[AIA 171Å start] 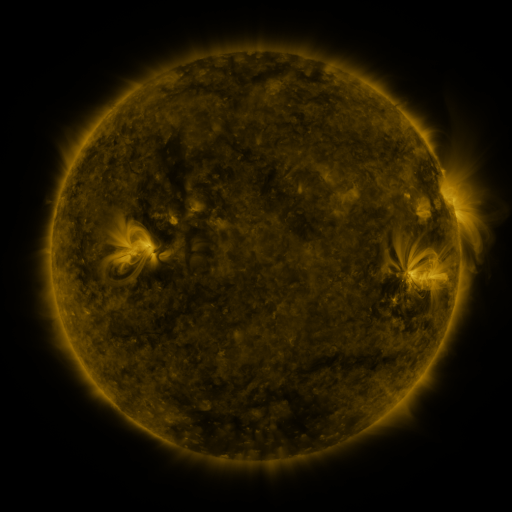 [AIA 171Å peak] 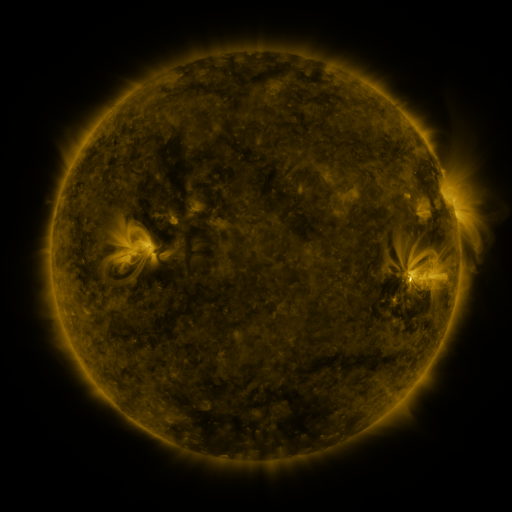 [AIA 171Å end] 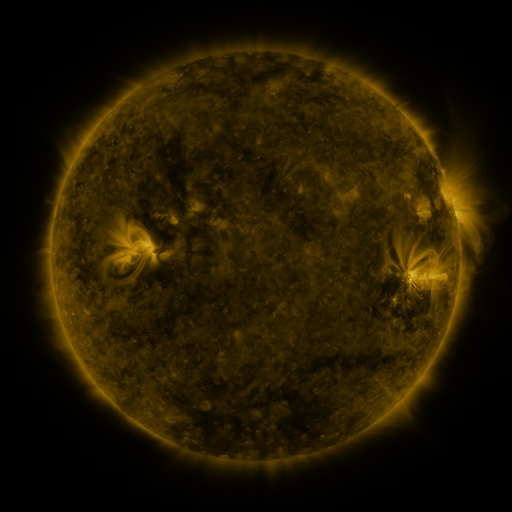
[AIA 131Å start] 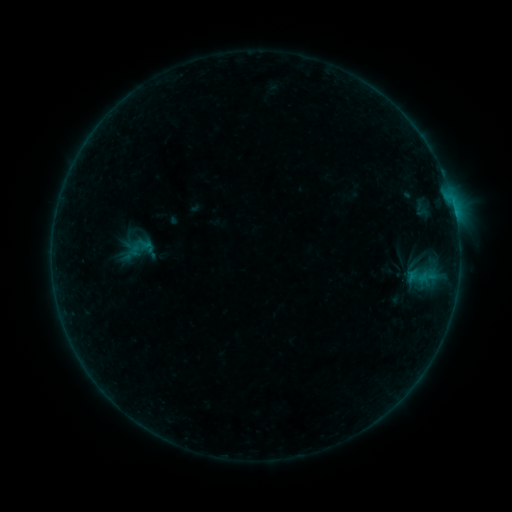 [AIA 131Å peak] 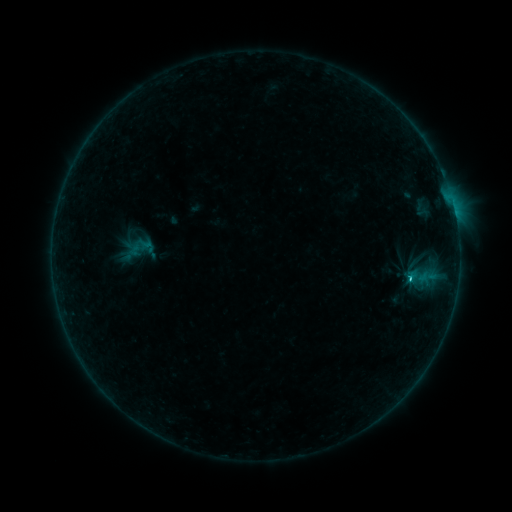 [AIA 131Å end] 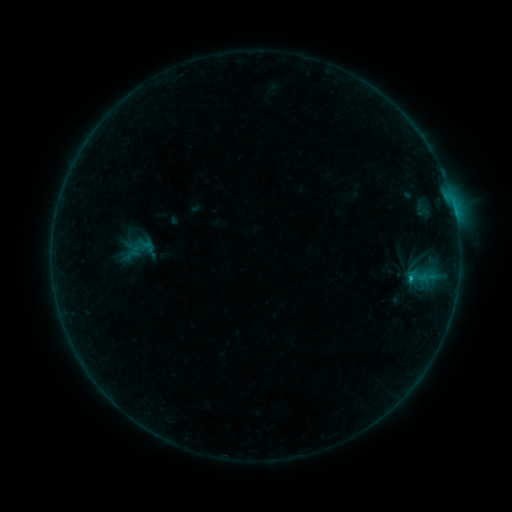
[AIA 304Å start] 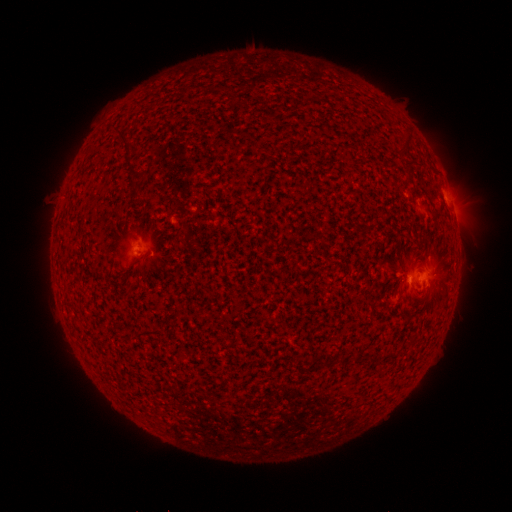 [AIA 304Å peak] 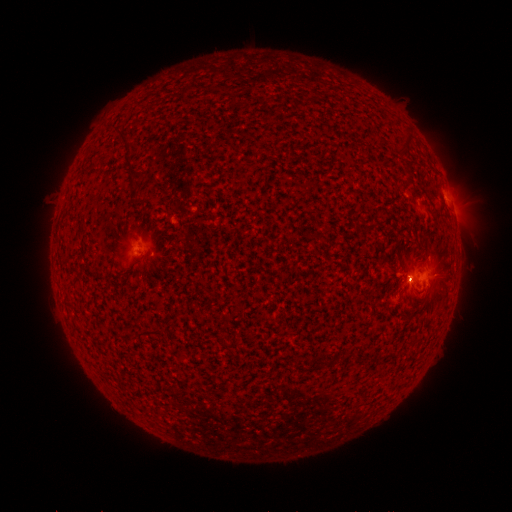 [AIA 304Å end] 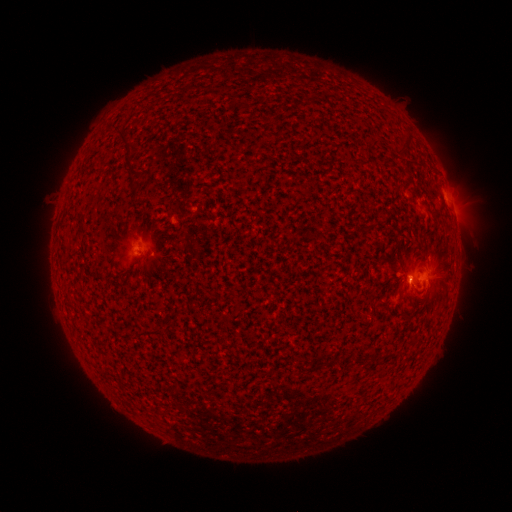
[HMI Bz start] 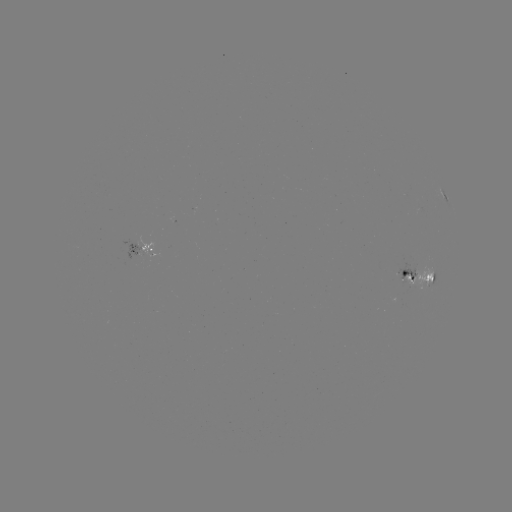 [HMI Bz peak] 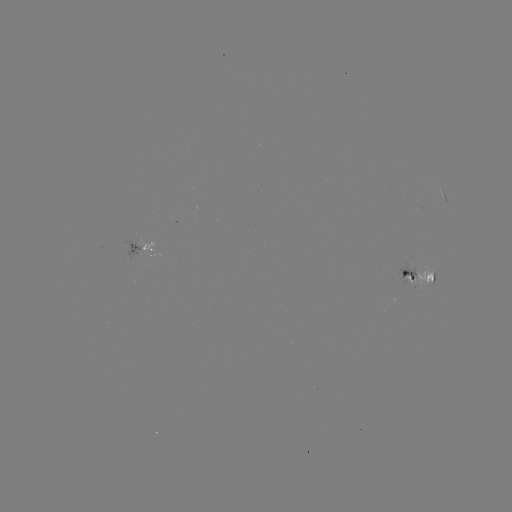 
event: flare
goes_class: C1.1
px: (409, 277)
